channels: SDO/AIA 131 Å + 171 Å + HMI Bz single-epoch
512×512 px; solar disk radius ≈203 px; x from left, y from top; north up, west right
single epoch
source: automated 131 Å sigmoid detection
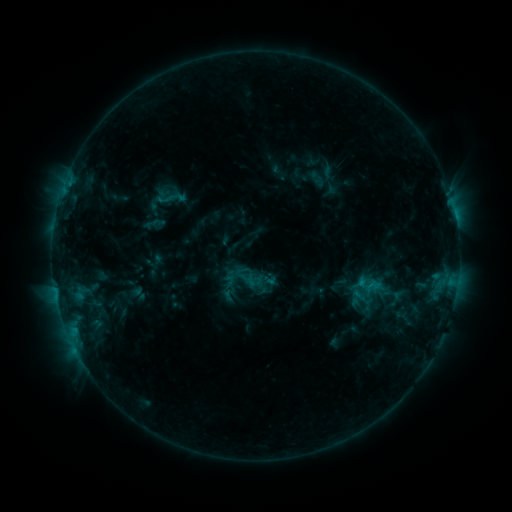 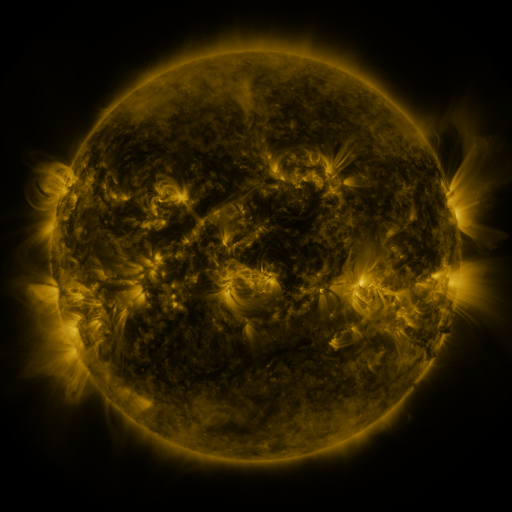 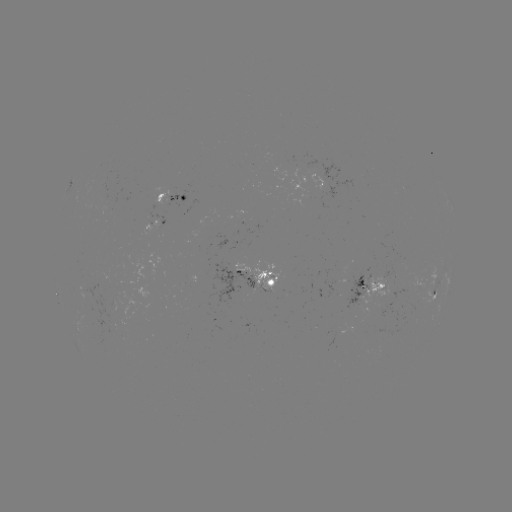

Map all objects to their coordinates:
sigmoid: (166, 198)
sigmoid: (371, 290)
